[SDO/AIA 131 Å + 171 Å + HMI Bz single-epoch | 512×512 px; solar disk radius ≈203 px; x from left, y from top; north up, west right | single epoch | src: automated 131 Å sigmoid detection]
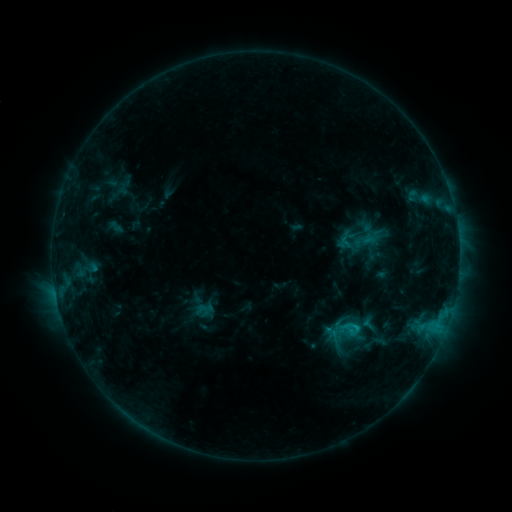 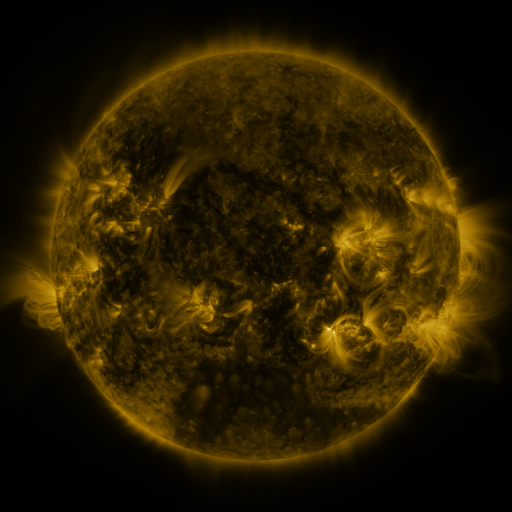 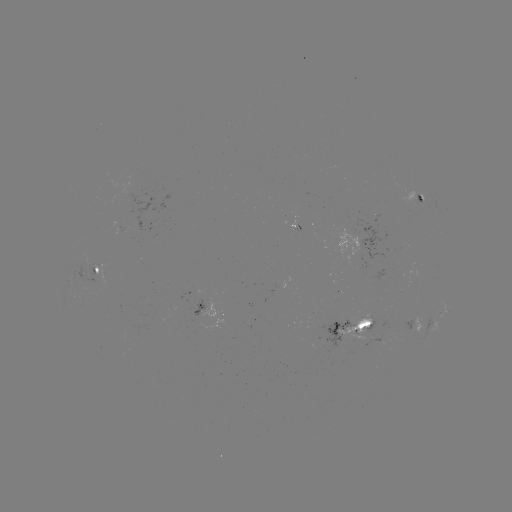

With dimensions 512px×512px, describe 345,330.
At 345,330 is sigmoid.